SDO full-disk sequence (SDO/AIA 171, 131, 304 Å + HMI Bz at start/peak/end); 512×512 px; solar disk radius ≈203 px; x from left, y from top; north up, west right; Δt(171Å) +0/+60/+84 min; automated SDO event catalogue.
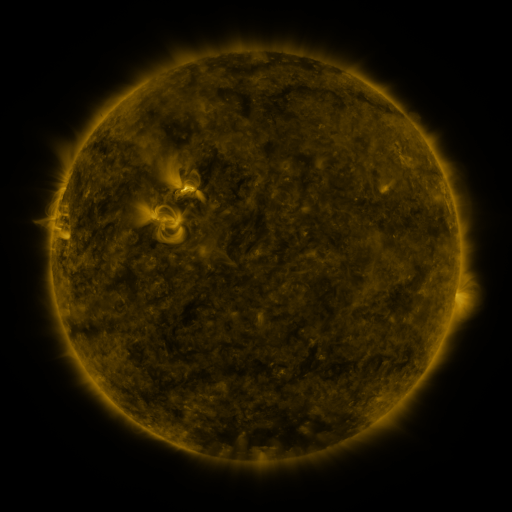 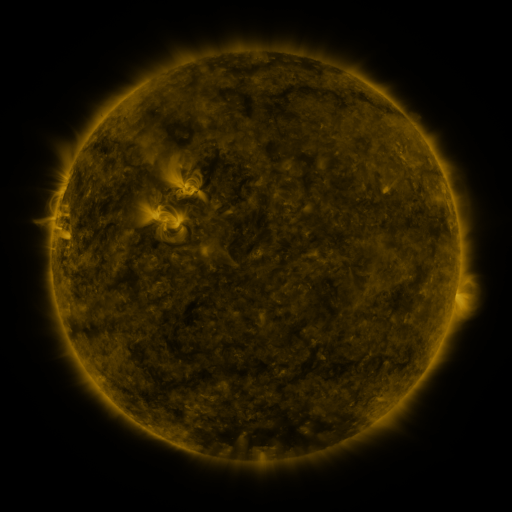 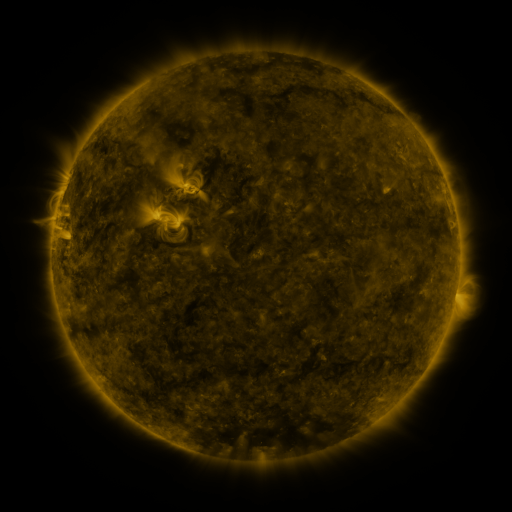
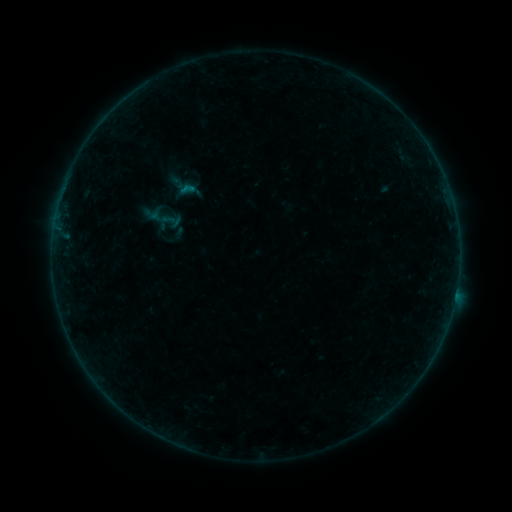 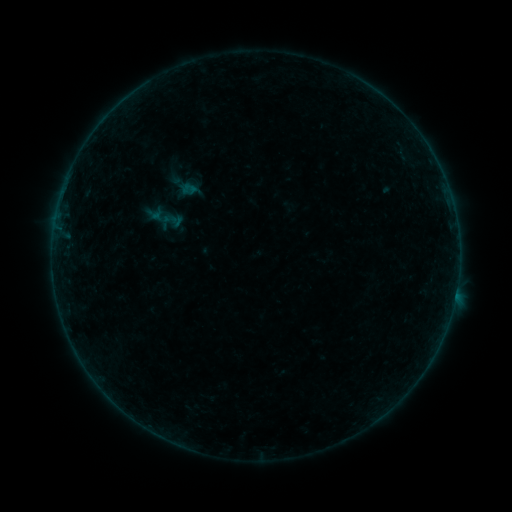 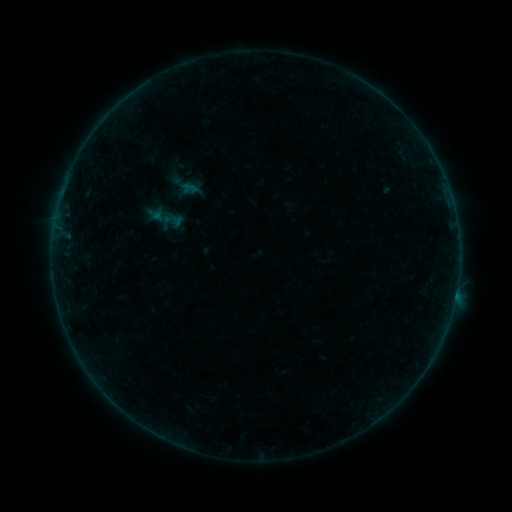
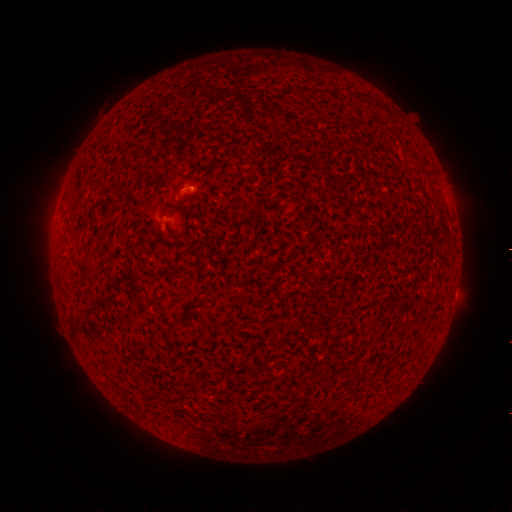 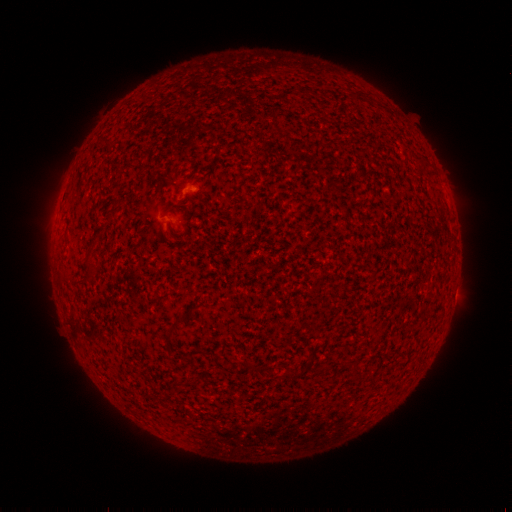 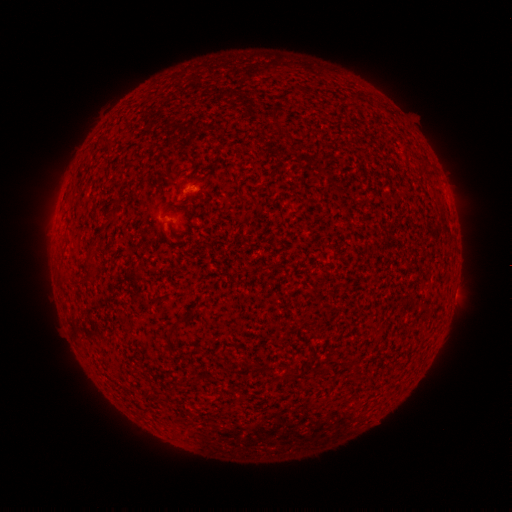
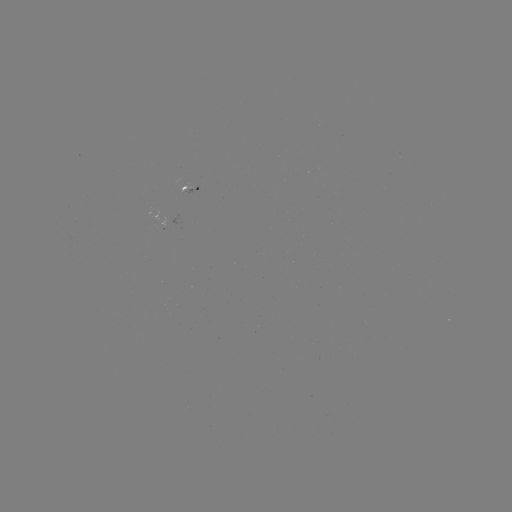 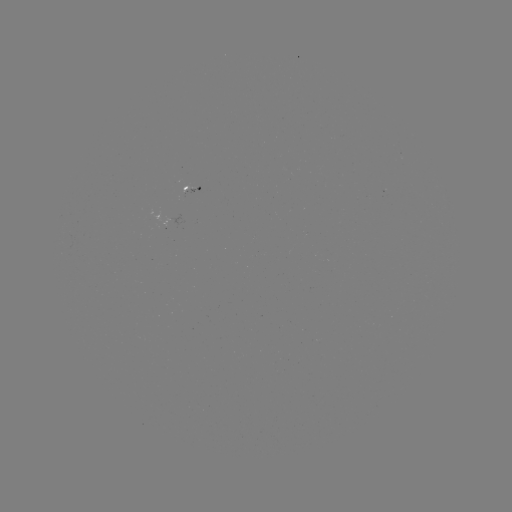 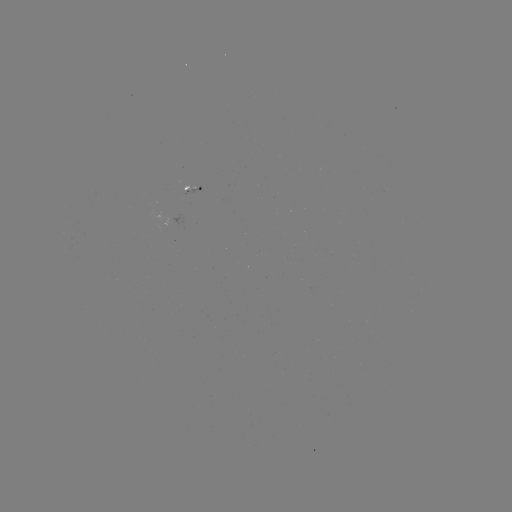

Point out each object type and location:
emerging-flux region: (168, 223)
